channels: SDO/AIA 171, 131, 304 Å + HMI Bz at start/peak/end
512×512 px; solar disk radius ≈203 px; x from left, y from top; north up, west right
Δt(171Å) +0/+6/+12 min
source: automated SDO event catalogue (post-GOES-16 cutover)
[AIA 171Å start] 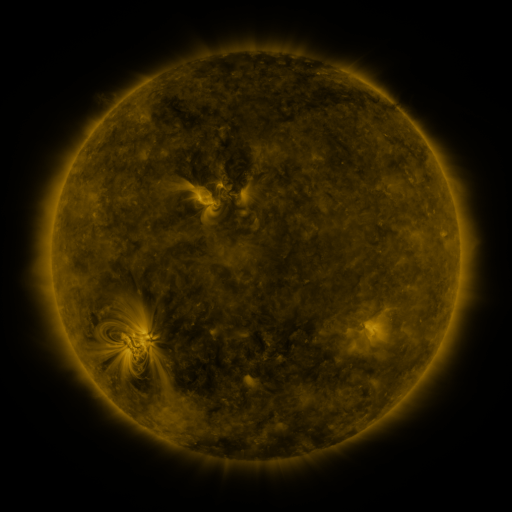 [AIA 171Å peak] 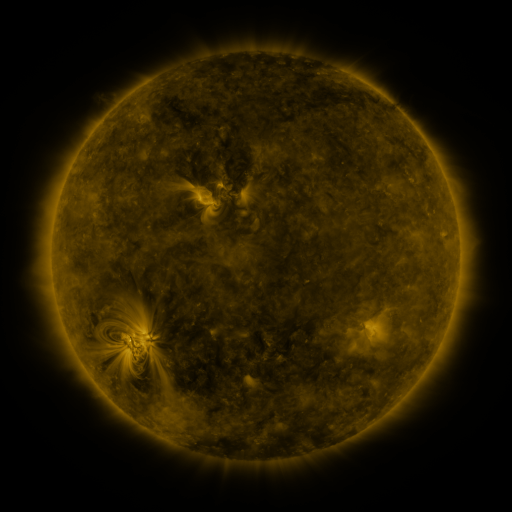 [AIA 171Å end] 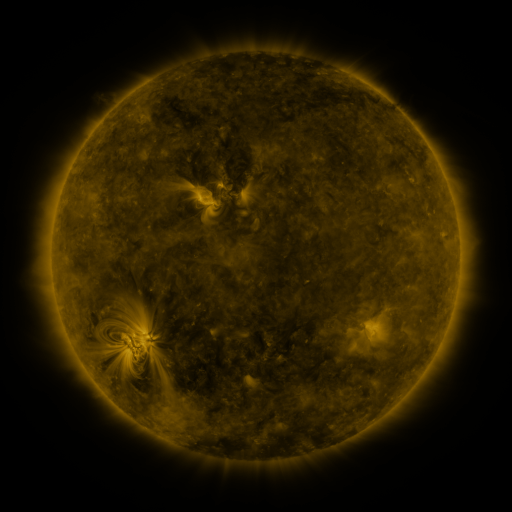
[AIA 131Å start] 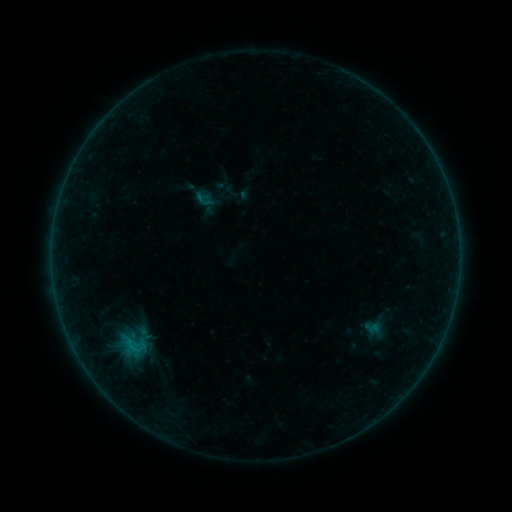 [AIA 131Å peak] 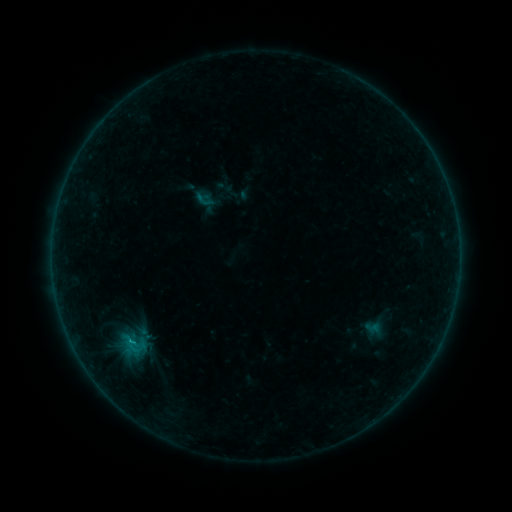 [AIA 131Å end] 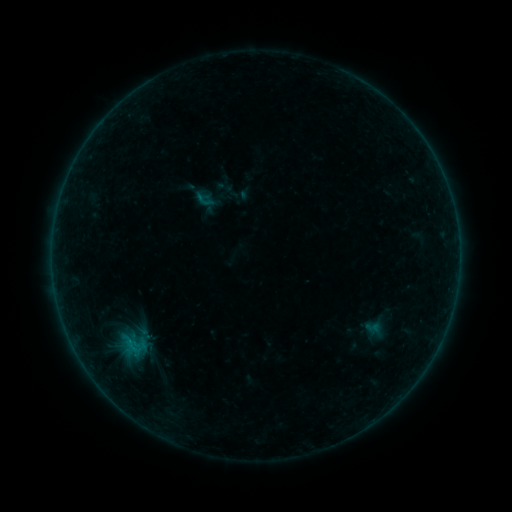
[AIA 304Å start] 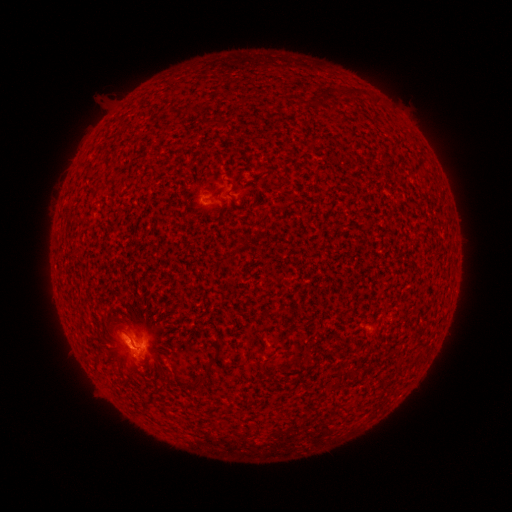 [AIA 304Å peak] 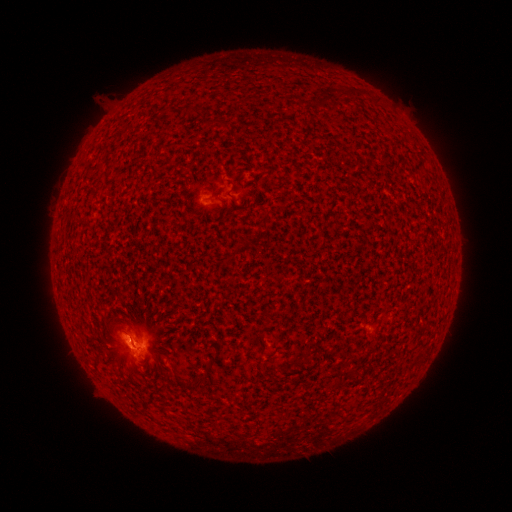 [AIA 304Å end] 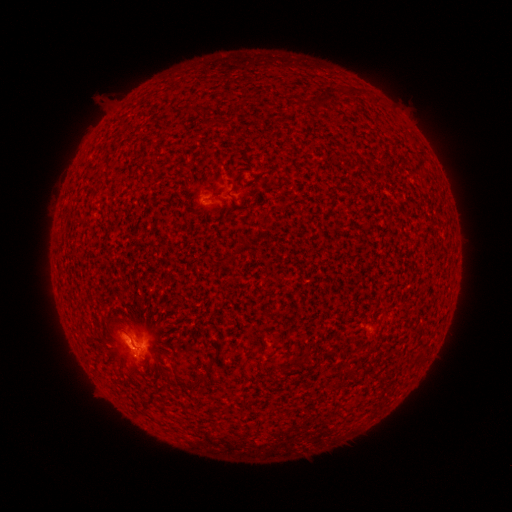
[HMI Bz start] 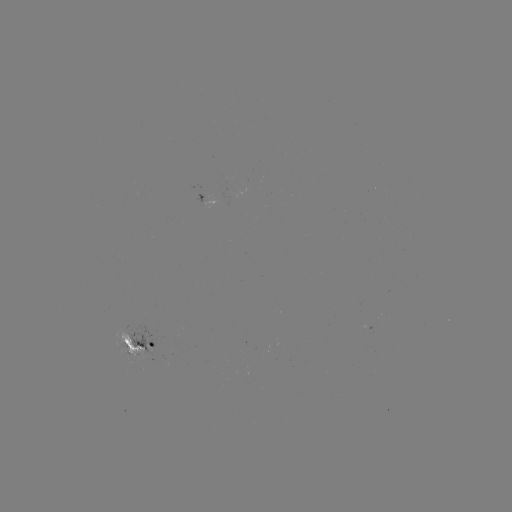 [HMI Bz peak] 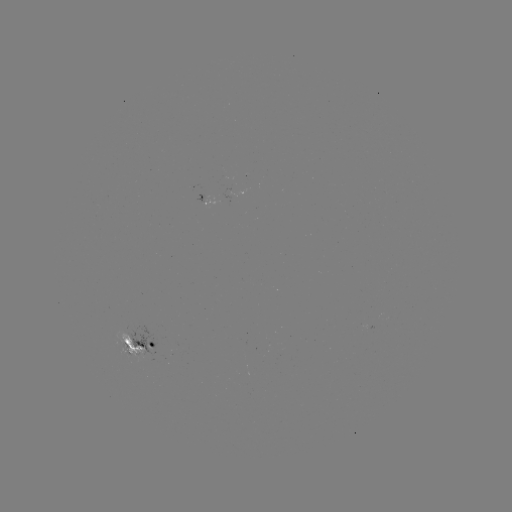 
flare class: B4.9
